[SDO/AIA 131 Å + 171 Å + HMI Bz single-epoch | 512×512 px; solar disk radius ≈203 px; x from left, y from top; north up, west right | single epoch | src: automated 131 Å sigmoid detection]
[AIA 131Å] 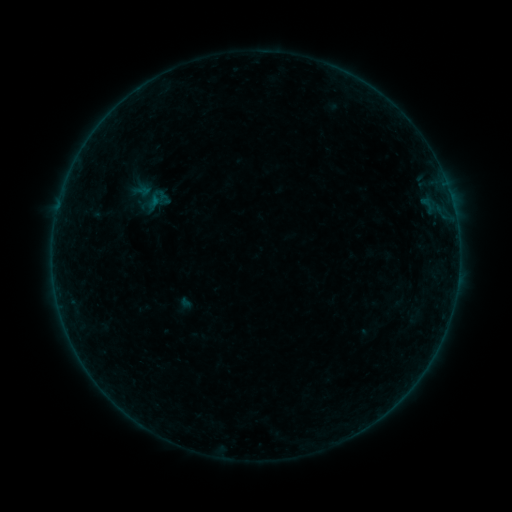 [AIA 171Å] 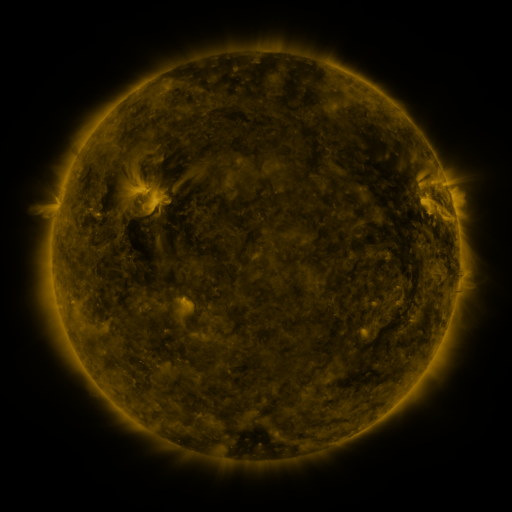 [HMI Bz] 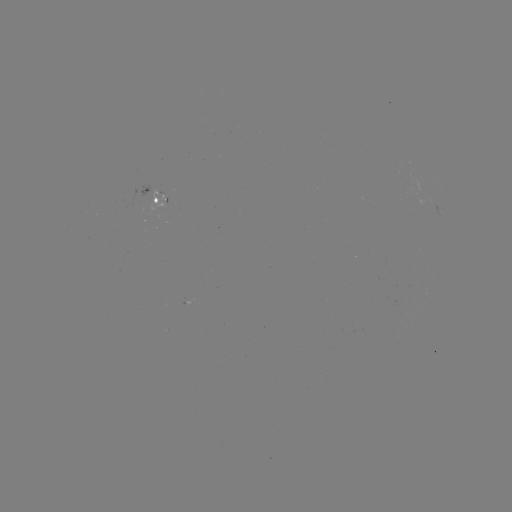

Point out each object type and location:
sigmoid: <bbox>143, 185, 173, 216</bbox>
